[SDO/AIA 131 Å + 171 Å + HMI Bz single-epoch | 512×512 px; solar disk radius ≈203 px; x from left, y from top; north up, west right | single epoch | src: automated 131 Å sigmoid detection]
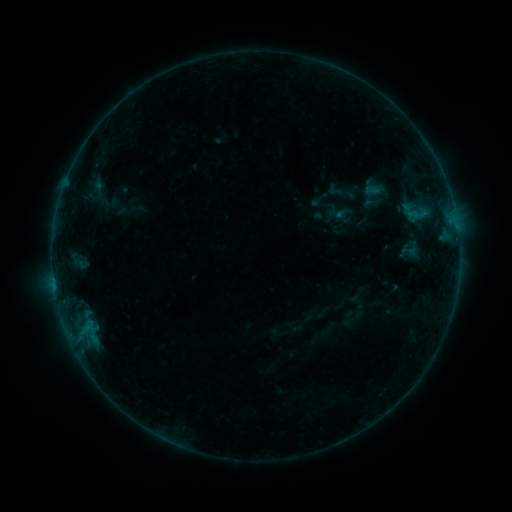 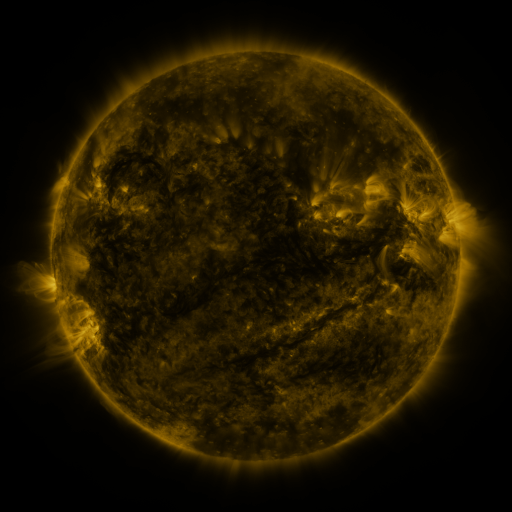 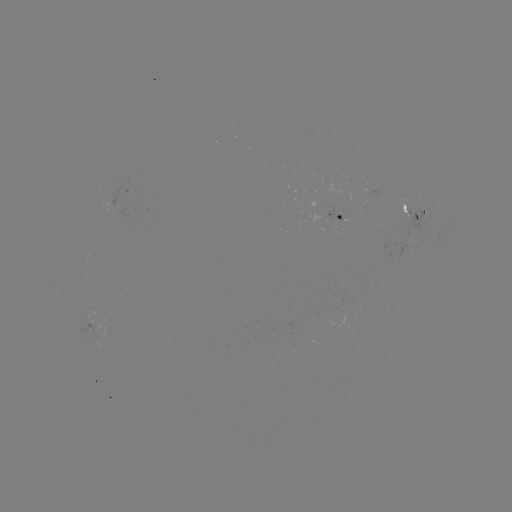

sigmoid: (361, 180, 382, 200)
